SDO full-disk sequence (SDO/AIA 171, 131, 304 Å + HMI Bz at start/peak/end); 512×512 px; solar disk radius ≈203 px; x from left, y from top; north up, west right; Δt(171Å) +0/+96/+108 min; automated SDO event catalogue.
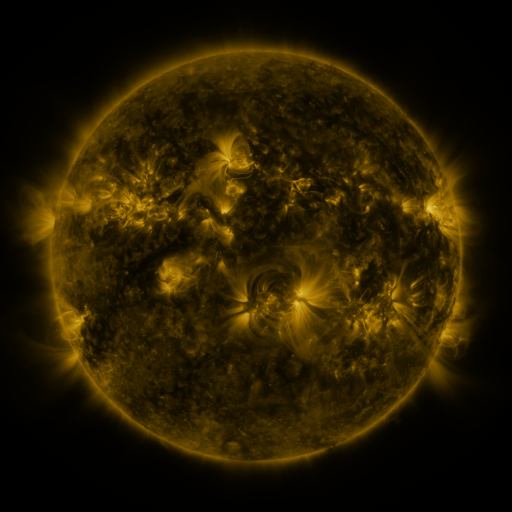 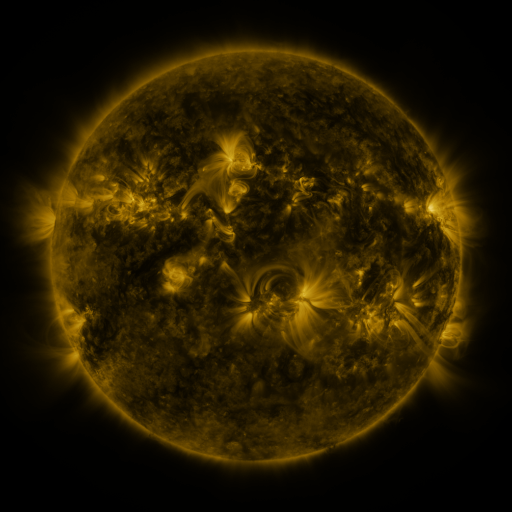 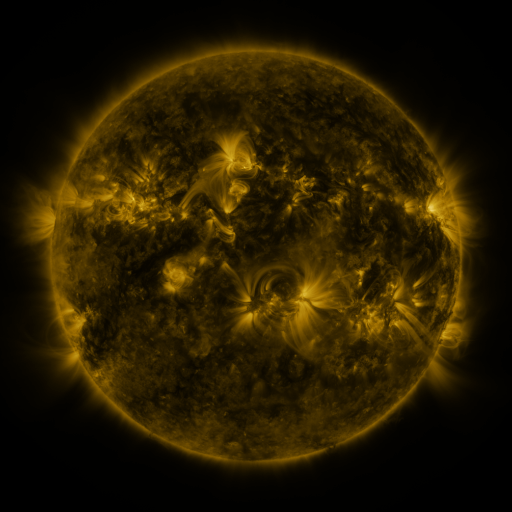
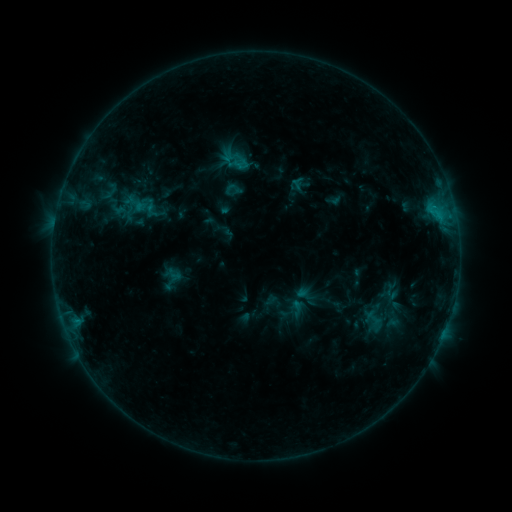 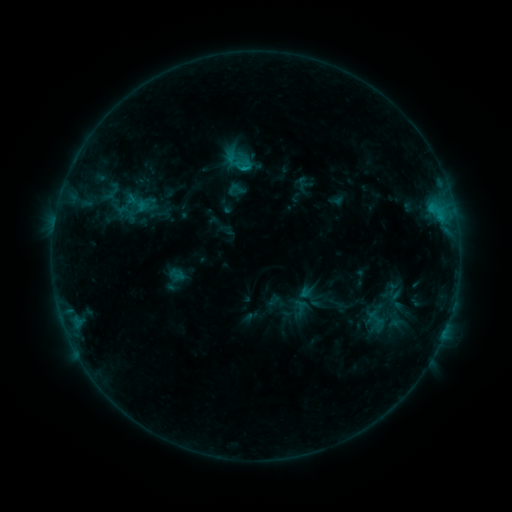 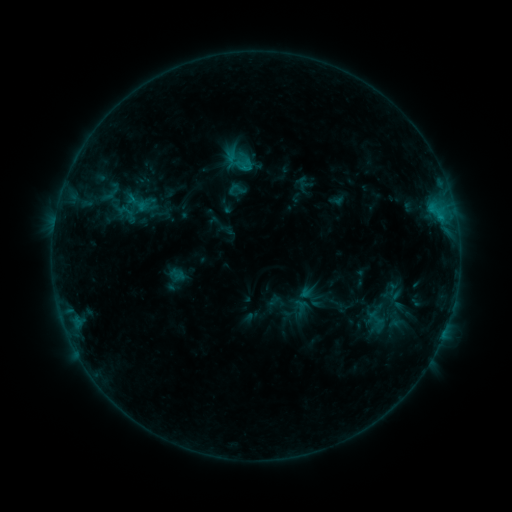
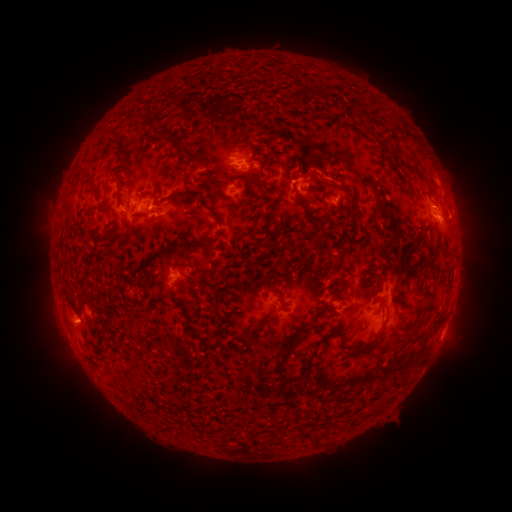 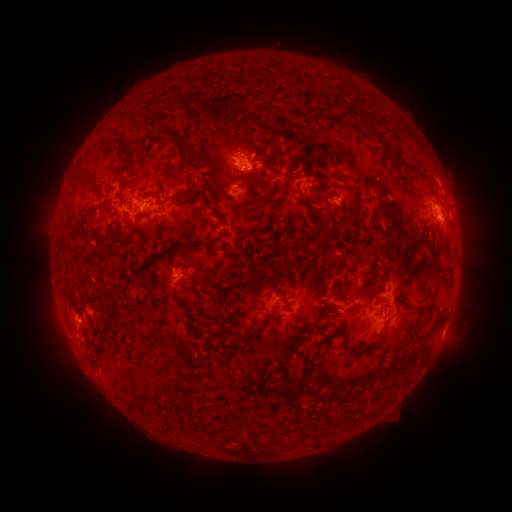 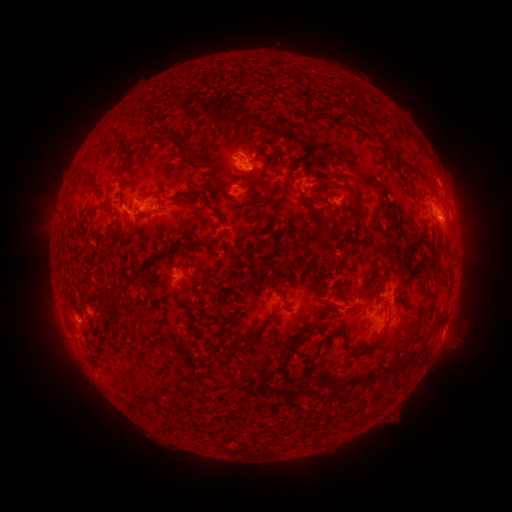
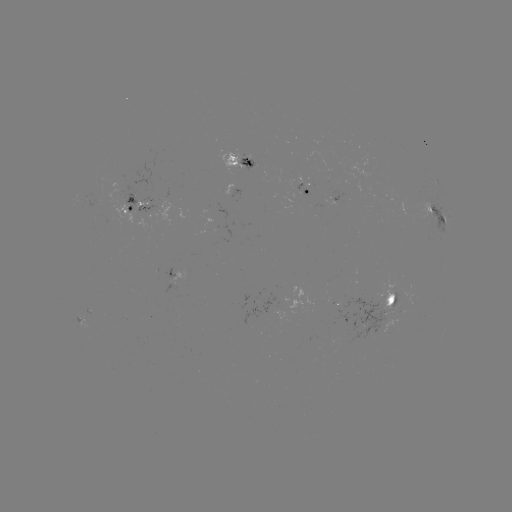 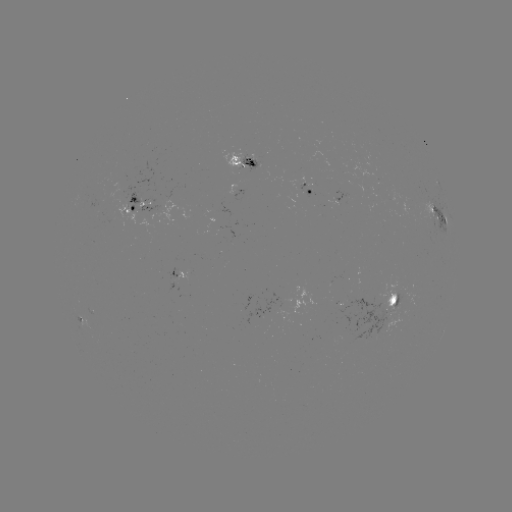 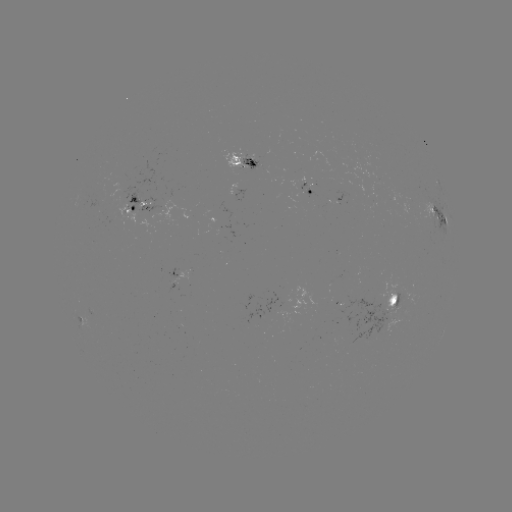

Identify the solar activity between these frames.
emerging-flux region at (255, 164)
